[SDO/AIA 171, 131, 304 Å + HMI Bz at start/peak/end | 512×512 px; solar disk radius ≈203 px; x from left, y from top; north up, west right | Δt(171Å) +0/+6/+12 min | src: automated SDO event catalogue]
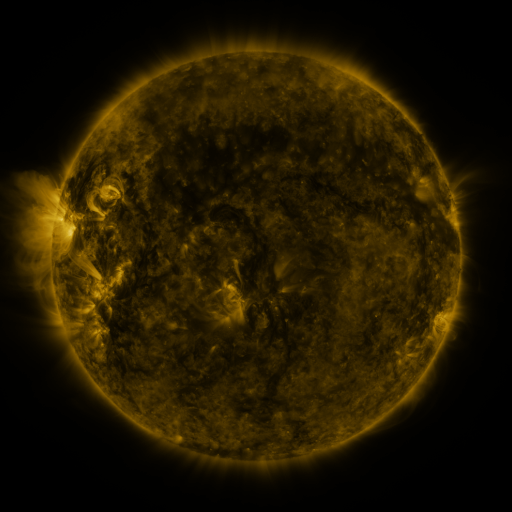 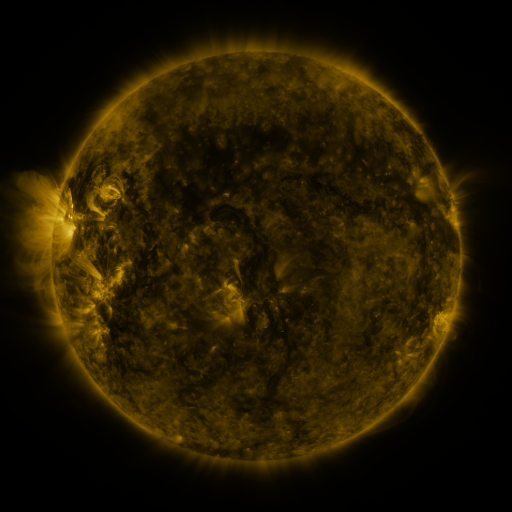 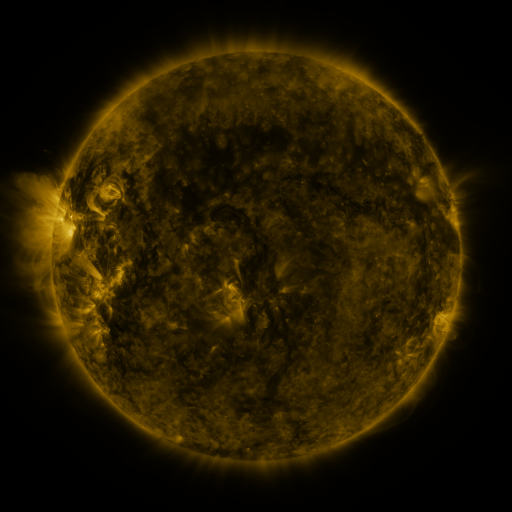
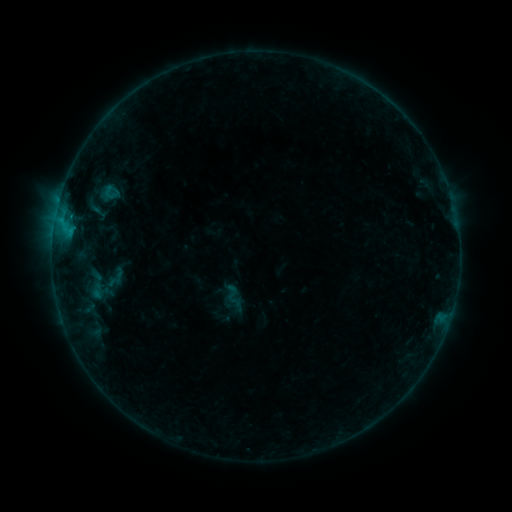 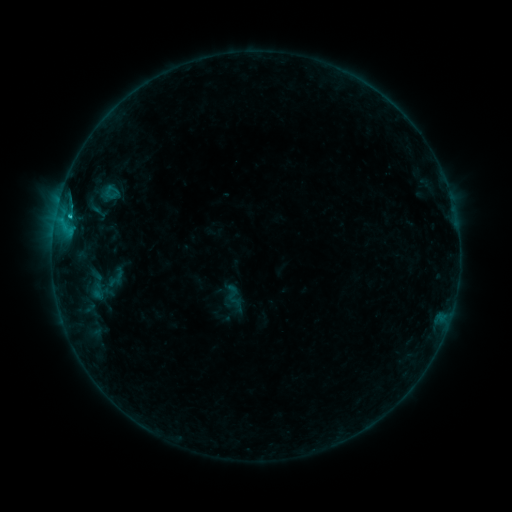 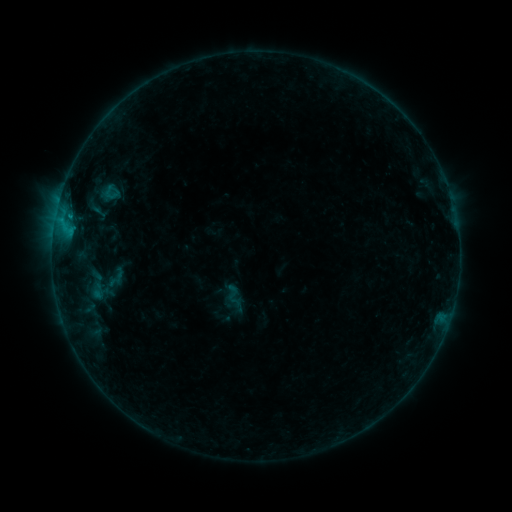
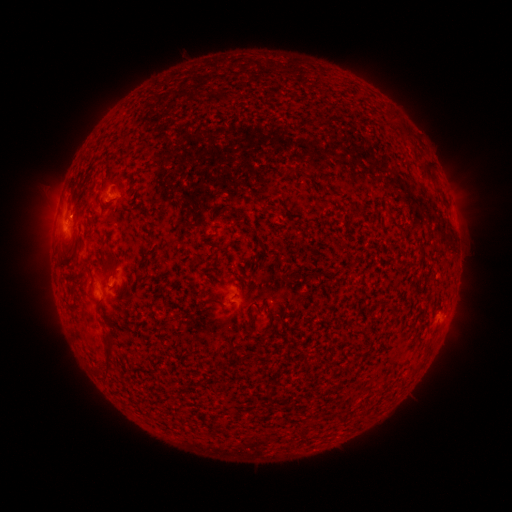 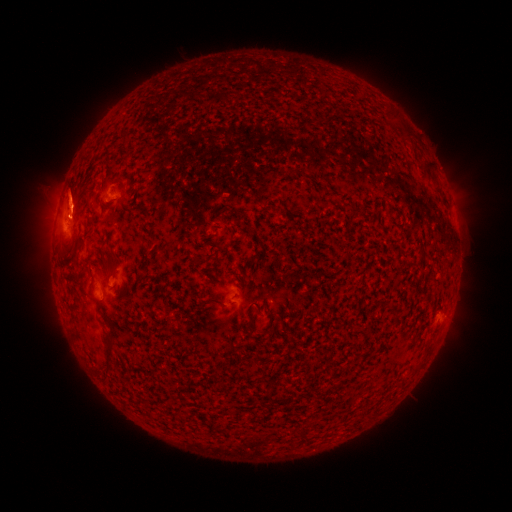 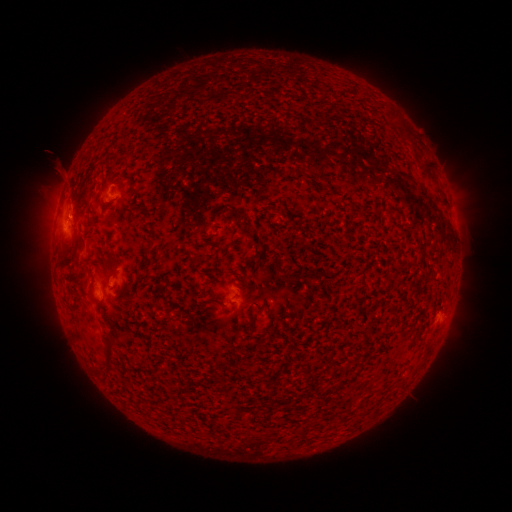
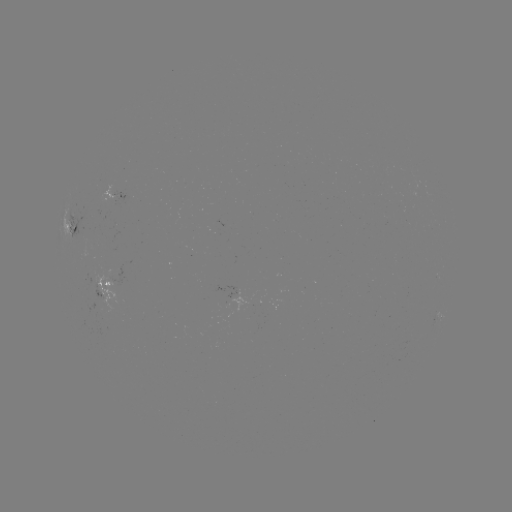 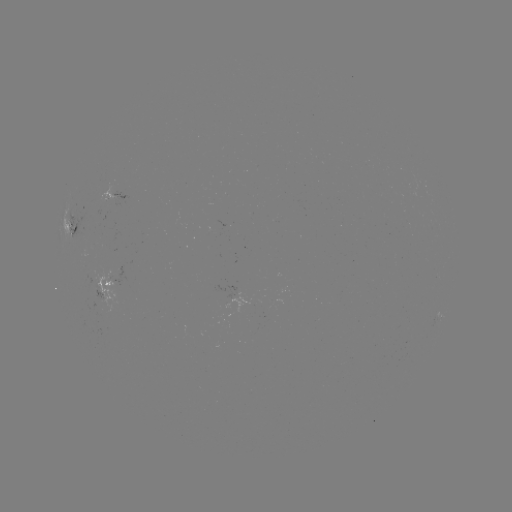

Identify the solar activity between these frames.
eruption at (69, 244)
